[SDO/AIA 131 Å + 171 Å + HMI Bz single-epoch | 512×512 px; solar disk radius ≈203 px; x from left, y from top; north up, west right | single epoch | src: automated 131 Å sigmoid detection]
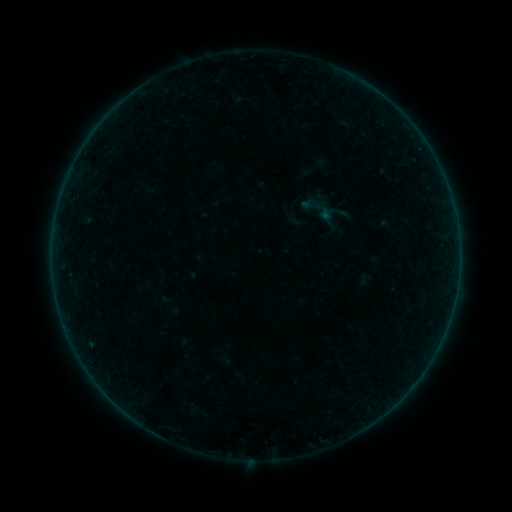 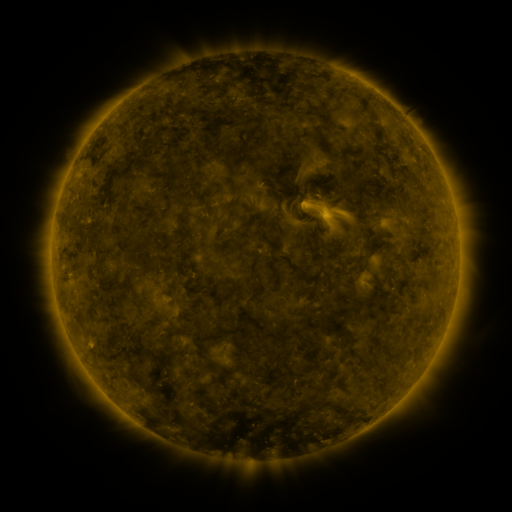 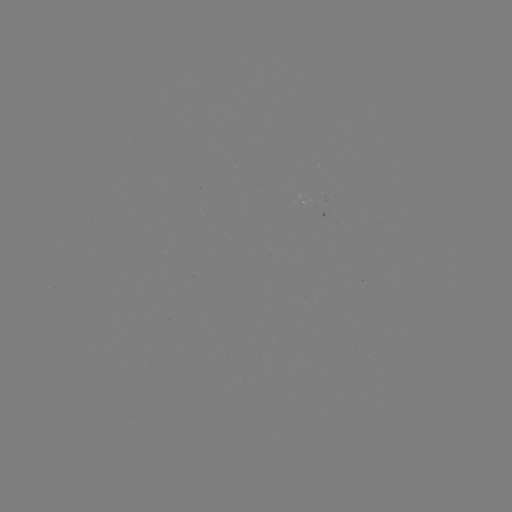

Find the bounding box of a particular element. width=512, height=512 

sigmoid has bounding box [298, 188, 337, 227].